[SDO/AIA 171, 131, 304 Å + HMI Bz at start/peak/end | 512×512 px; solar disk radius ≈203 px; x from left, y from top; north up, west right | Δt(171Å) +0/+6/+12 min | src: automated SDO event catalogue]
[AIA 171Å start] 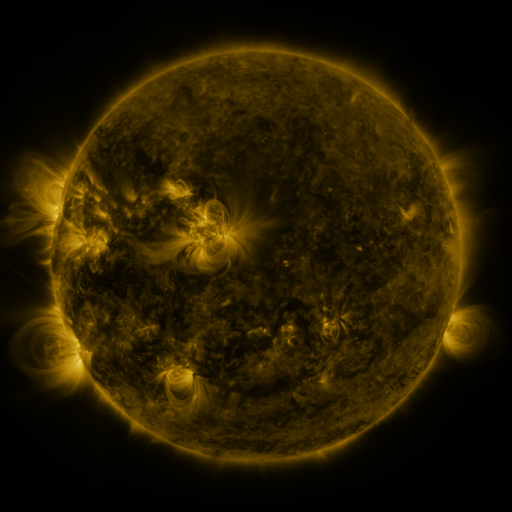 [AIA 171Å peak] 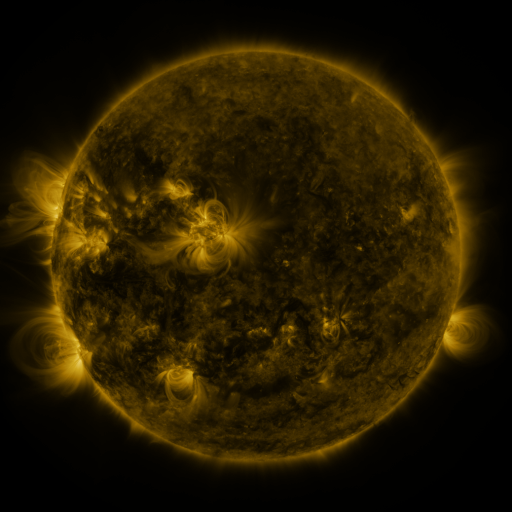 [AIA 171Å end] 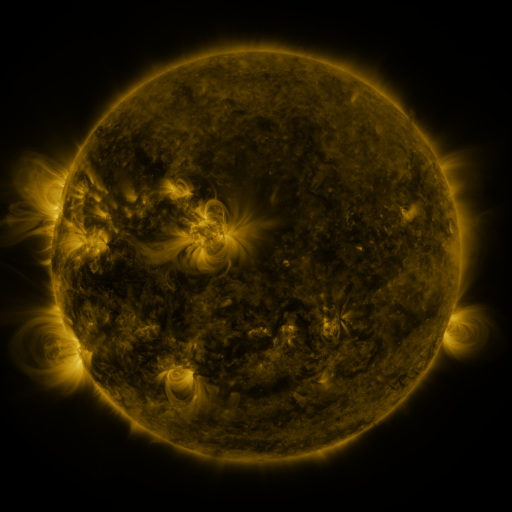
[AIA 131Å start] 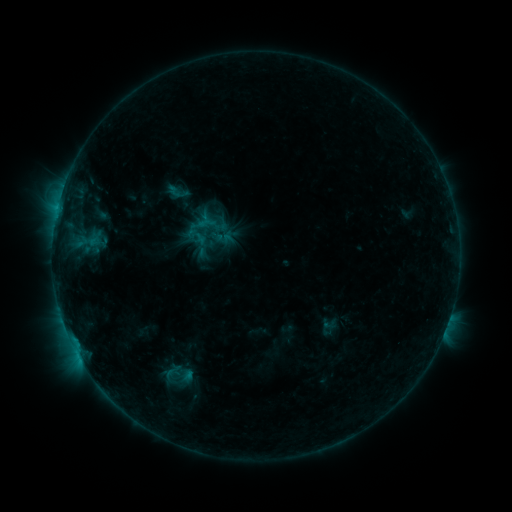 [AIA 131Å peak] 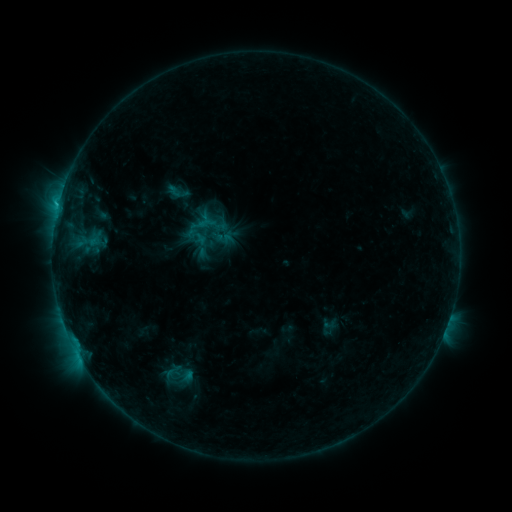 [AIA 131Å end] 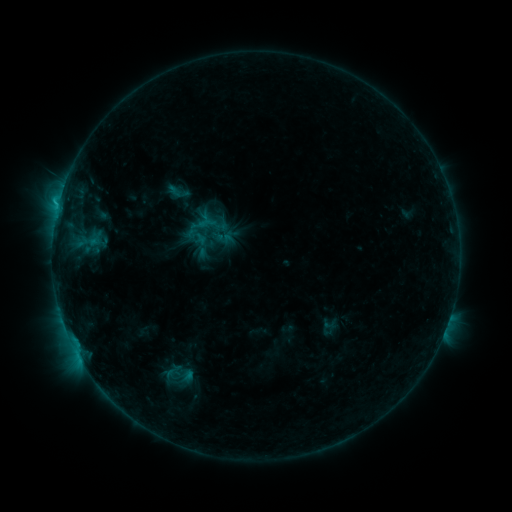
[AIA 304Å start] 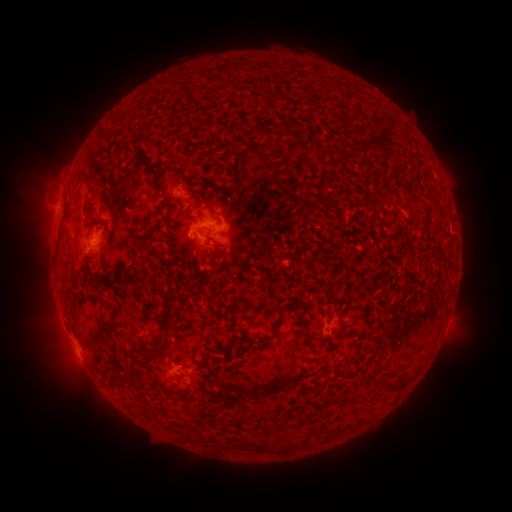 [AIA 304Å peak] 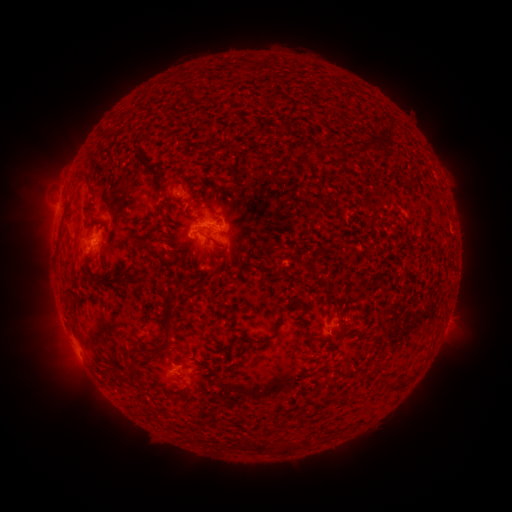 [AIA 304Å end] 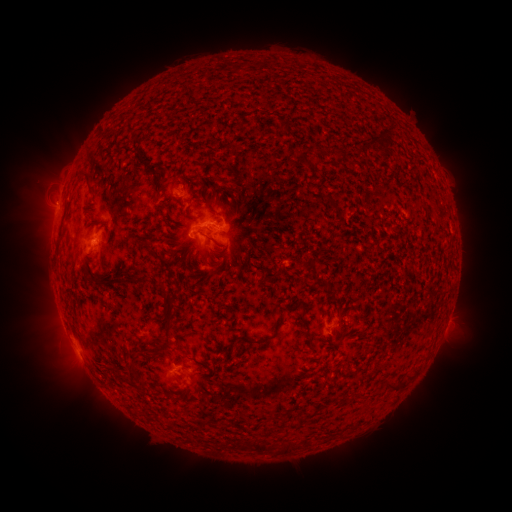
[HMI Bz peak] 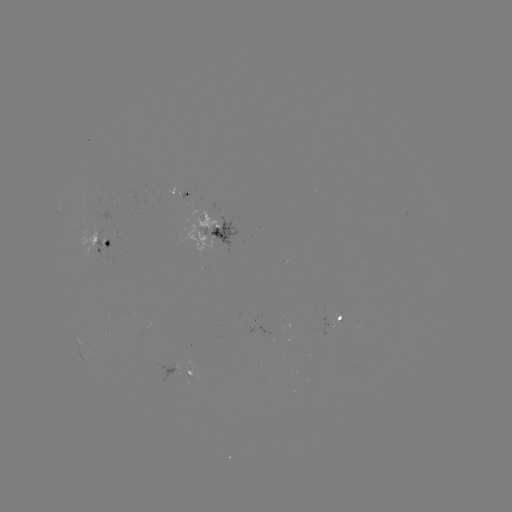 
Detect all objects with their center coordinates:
B9.8 flare: (58, 211)
